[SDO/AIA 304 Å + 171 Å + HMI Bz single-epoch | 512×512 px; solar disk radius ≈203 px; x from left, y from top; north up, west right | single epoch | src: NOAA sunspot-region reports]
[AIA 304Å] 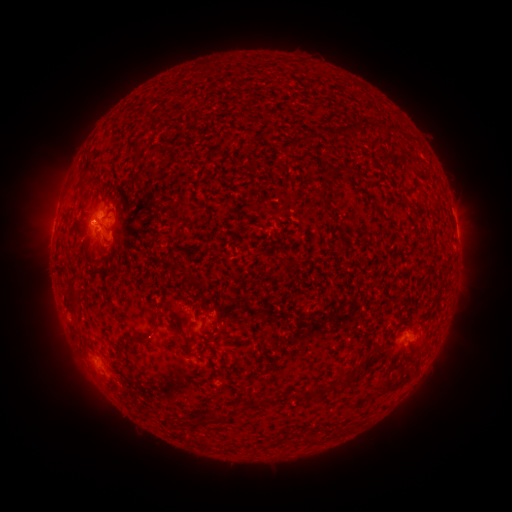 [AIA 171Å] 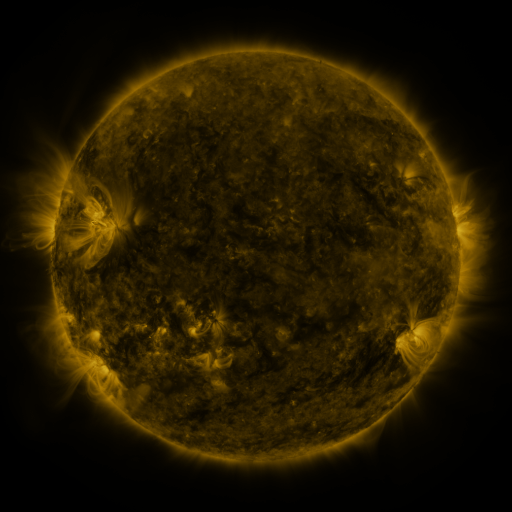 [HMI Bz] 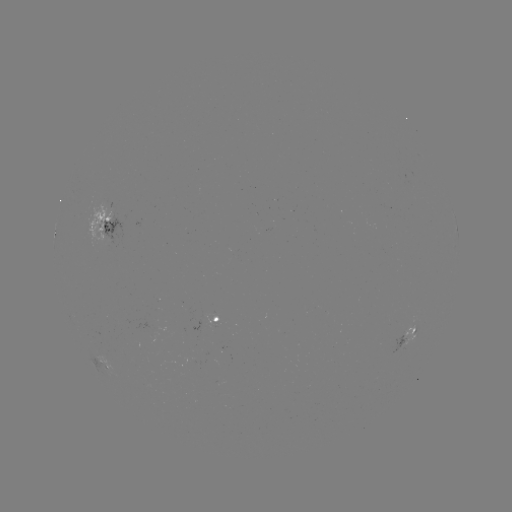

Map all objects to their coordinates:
spotted active region: (456, 225)
spotted active region: (105, 227)
spotted active region: (218, 322)
spotted active region: (411, 333)
spotted active region: (103, 363)
